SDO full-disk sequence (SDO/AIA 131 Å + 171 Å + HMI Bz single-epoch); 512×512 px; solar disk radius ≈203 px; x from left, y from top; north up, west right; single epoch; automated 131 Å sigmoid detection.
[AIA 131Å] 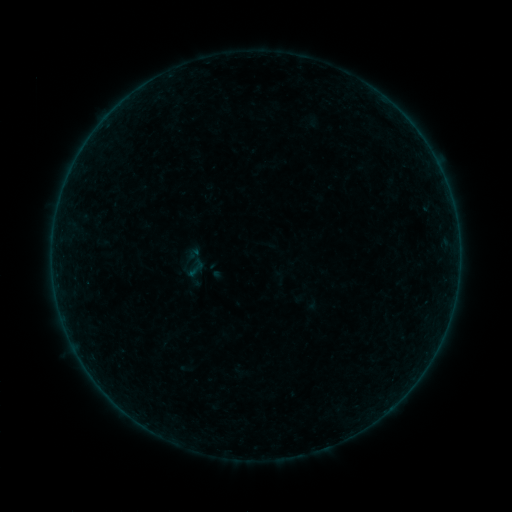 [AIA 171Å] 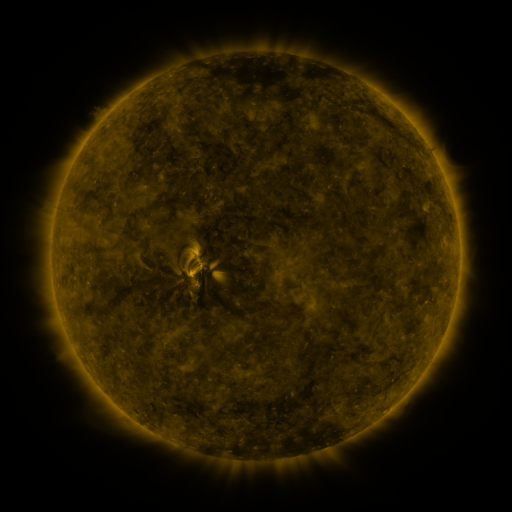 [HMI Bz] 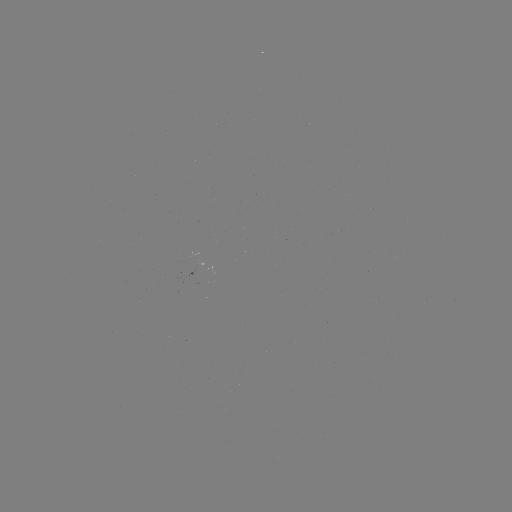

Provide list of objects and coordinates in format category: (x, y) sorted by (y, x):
sigmoid: (195, 268)
